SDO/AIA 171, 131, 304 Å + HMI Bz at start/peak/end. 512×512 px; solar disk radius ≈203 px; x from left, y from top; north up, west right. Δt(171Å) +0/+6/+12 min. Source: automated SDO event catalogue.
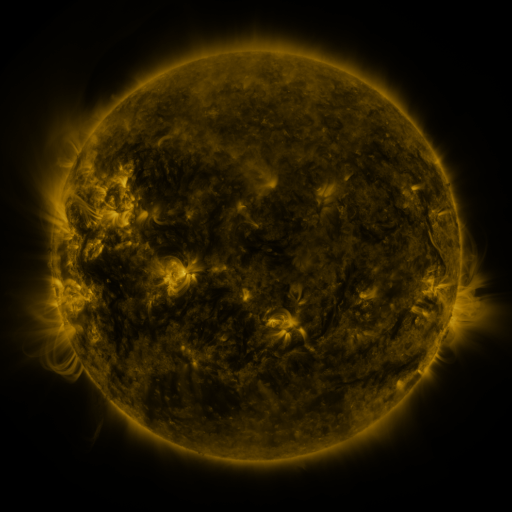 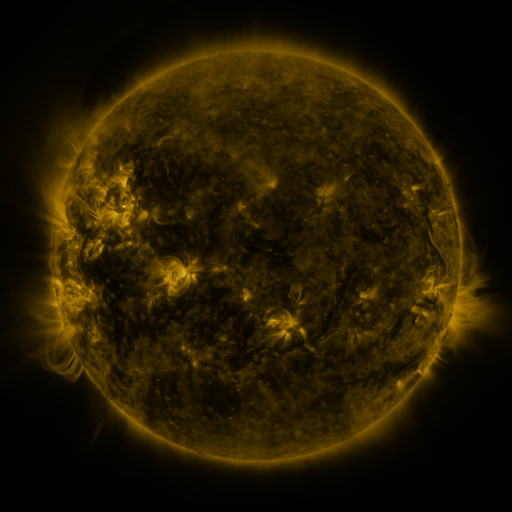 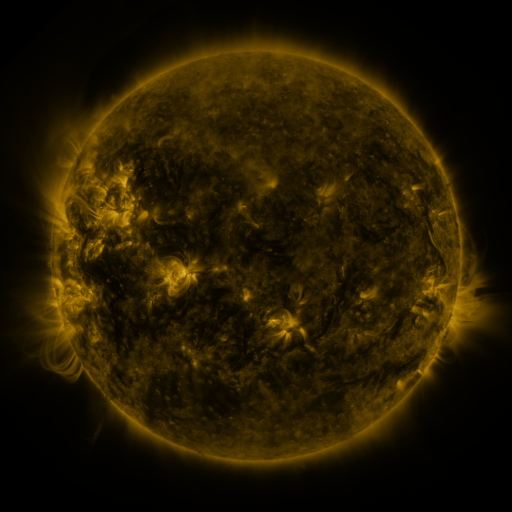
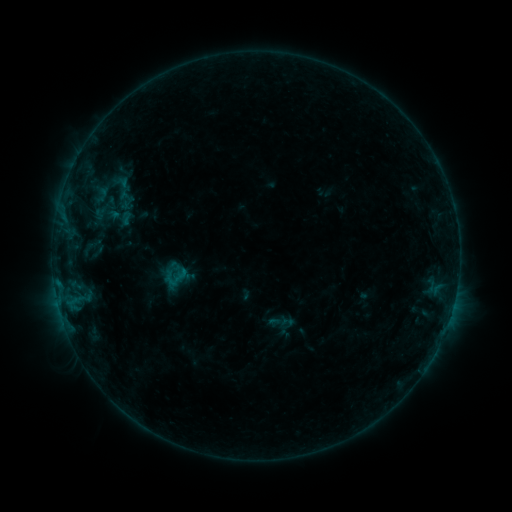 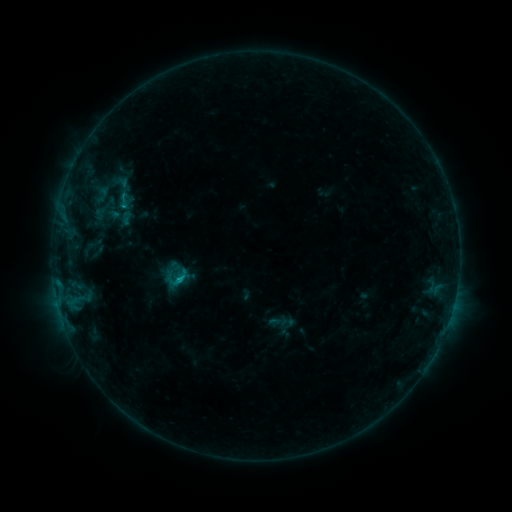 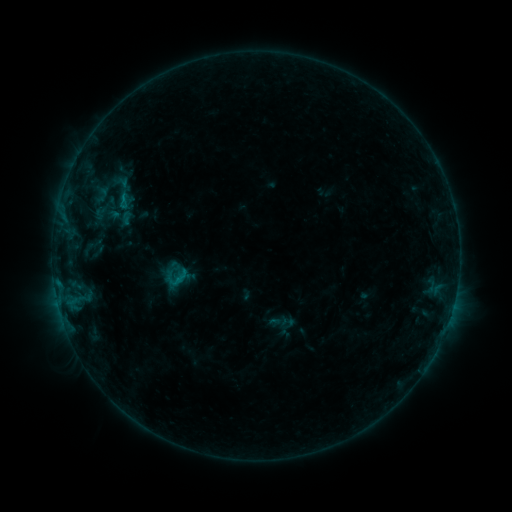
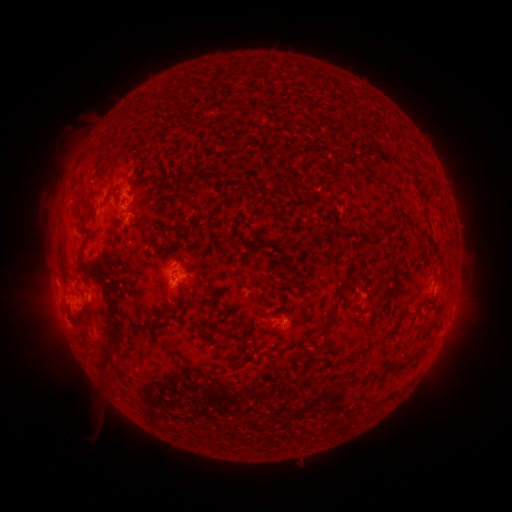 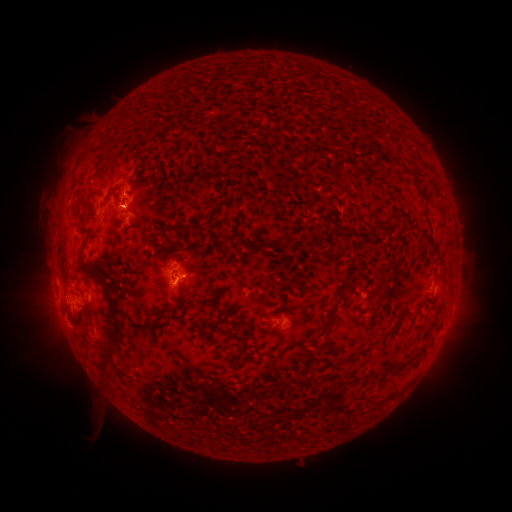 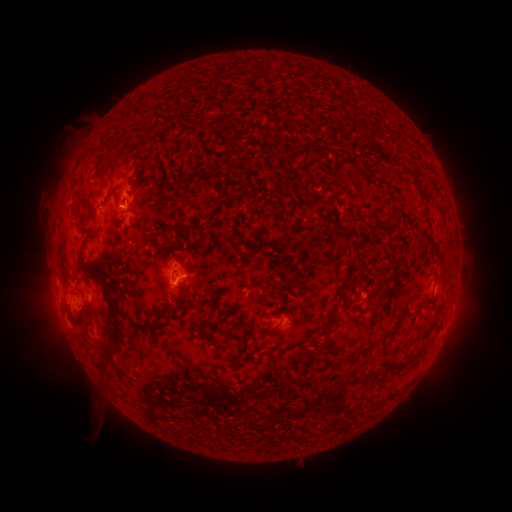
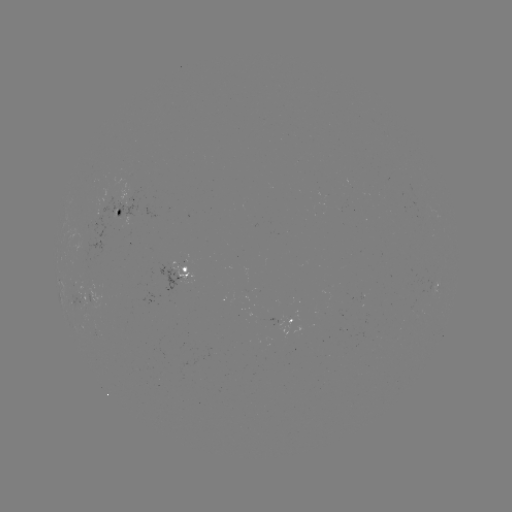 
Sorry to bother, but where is B7.6 flare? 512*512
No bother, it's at [180, 279].